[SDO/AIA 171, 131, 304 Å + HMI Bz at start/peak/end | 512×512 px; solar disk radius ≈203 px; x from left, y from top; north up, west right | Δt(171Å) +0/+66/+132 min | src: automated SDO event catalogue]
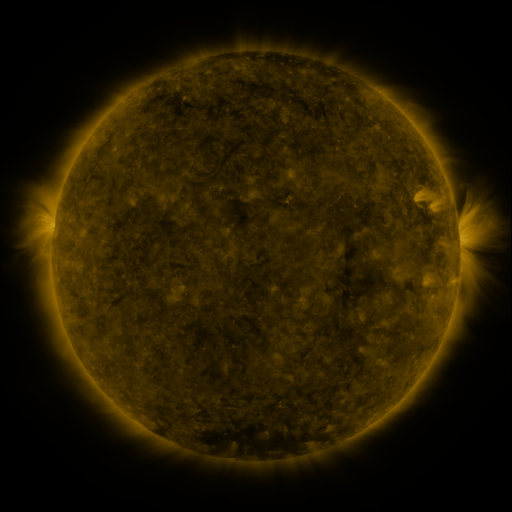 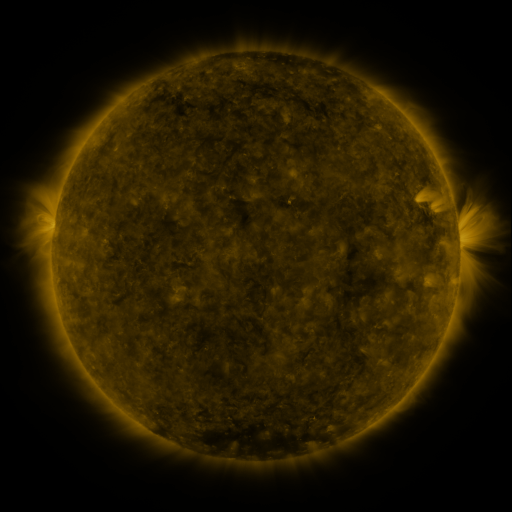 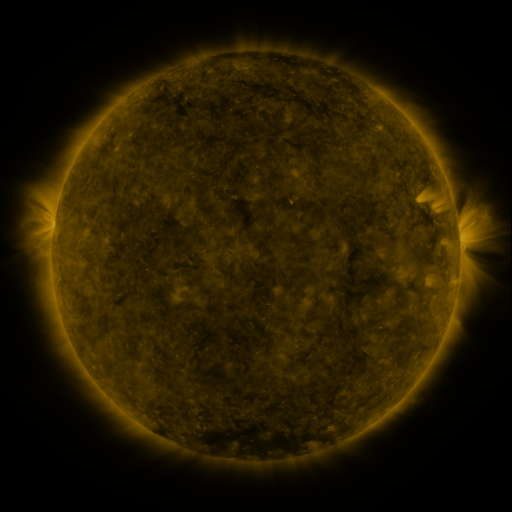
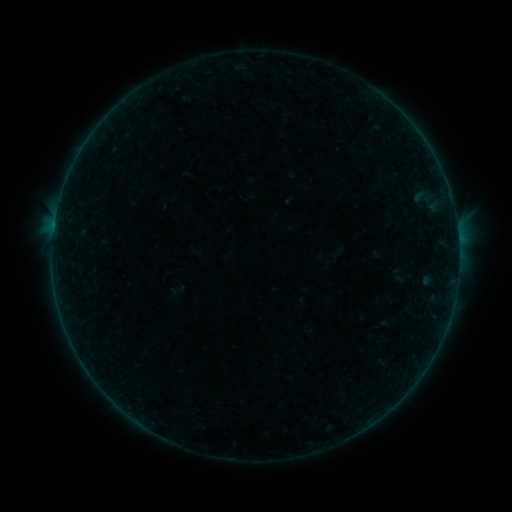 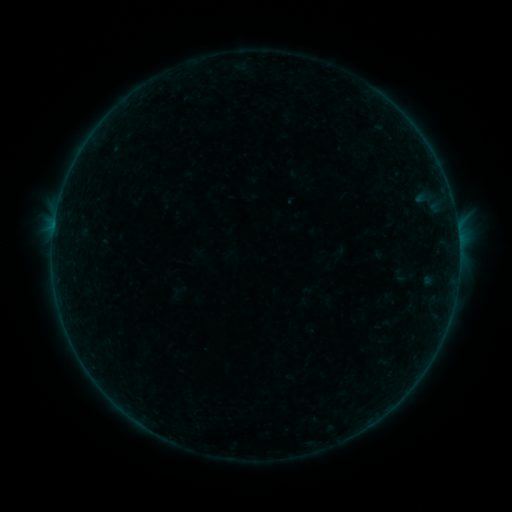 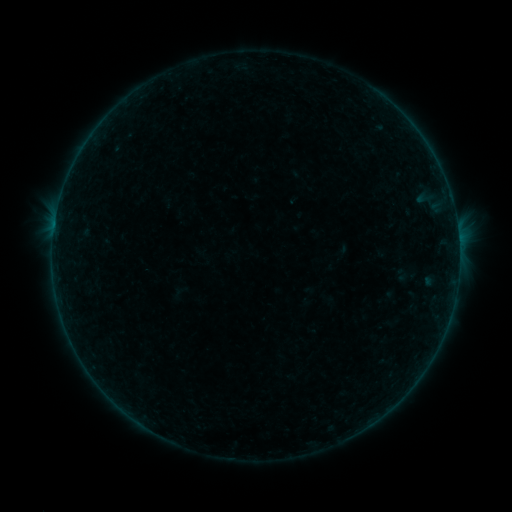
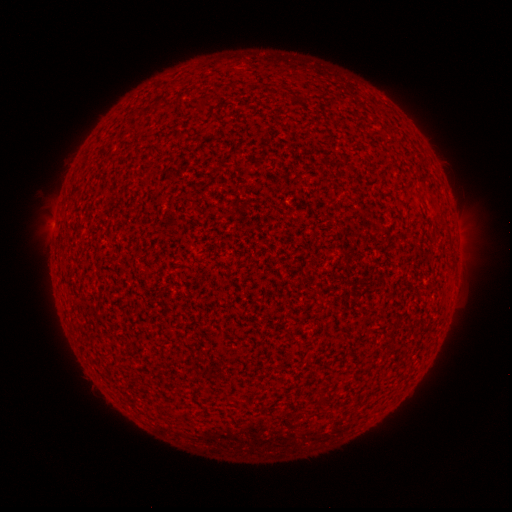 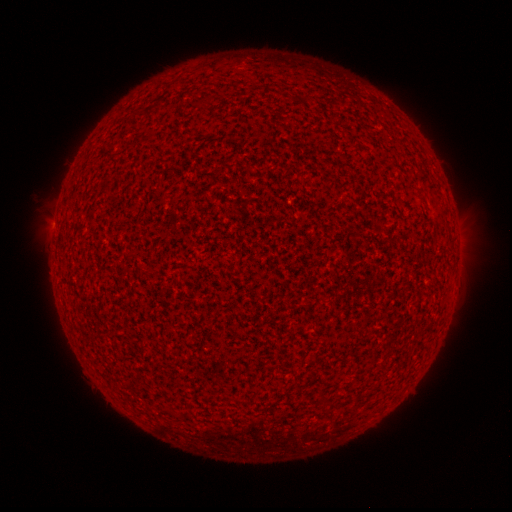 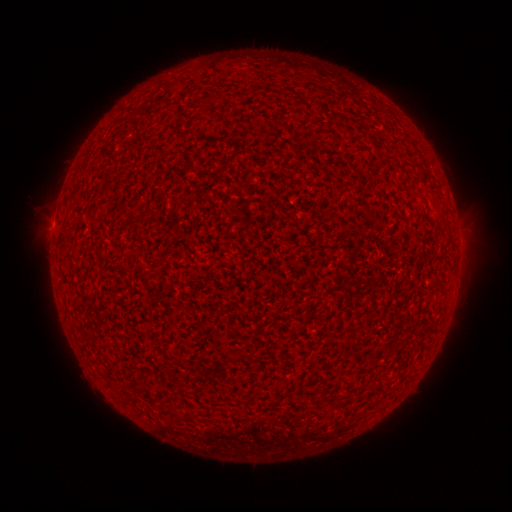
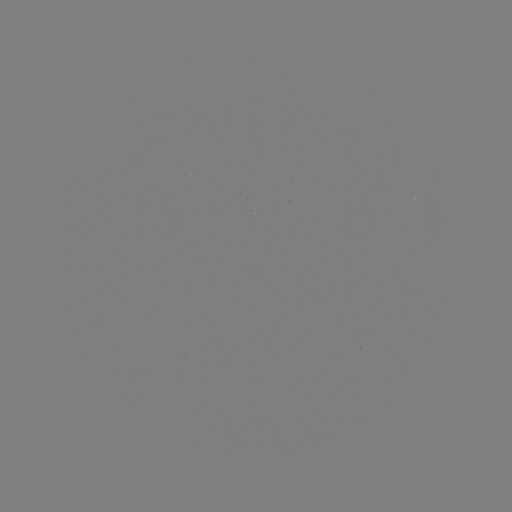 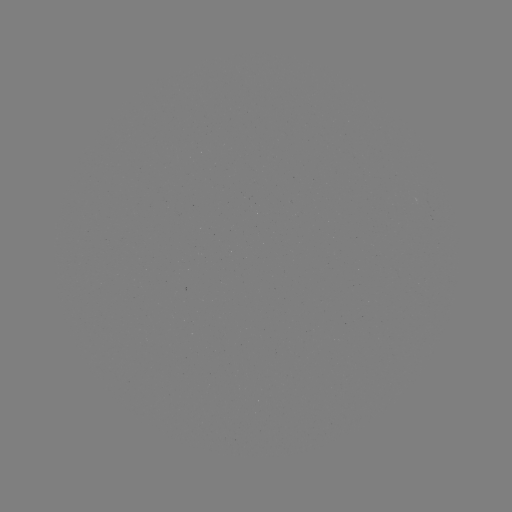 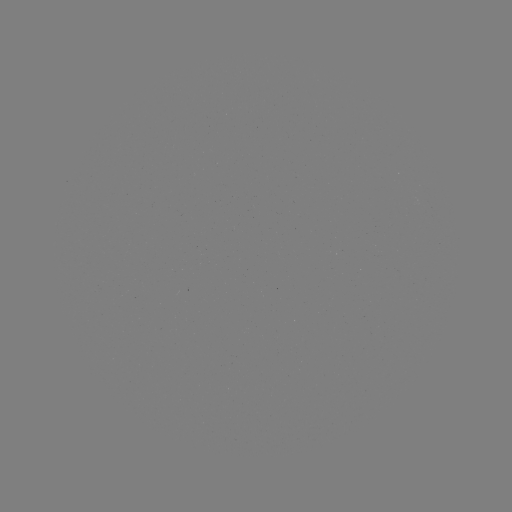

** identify A7.2 flare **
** [459, 248] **